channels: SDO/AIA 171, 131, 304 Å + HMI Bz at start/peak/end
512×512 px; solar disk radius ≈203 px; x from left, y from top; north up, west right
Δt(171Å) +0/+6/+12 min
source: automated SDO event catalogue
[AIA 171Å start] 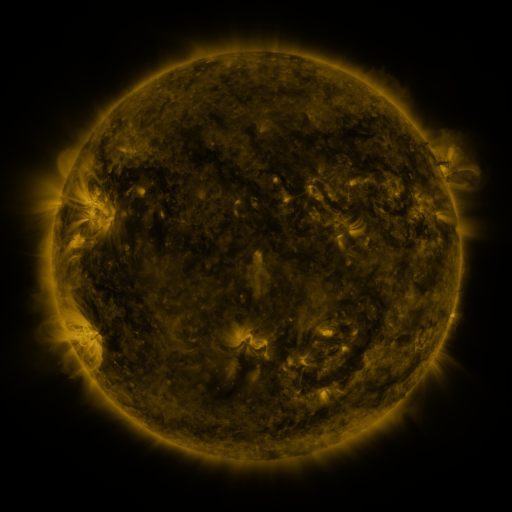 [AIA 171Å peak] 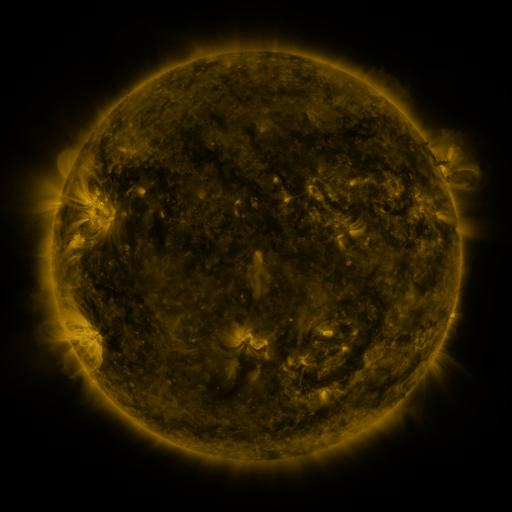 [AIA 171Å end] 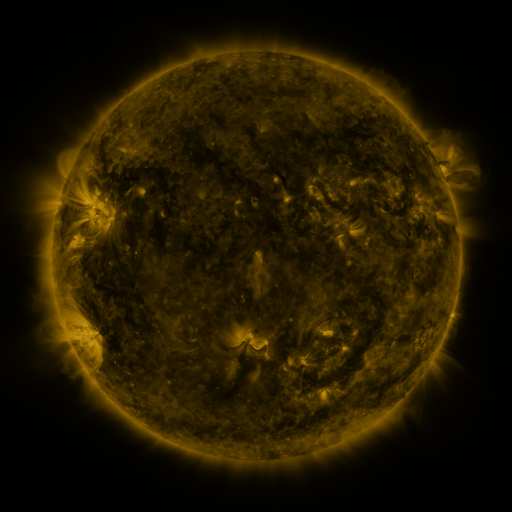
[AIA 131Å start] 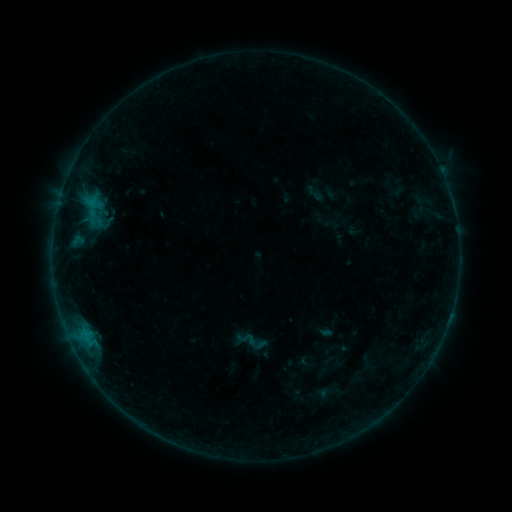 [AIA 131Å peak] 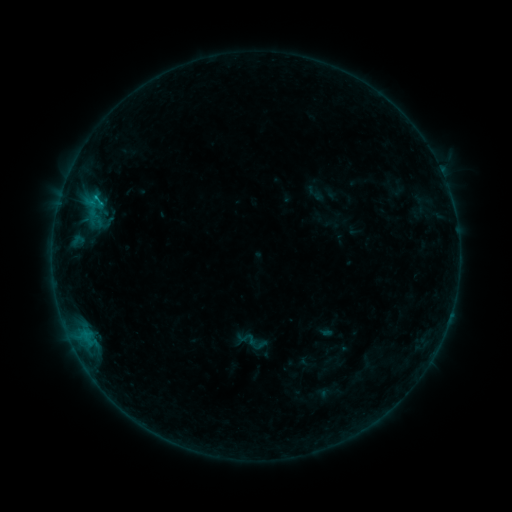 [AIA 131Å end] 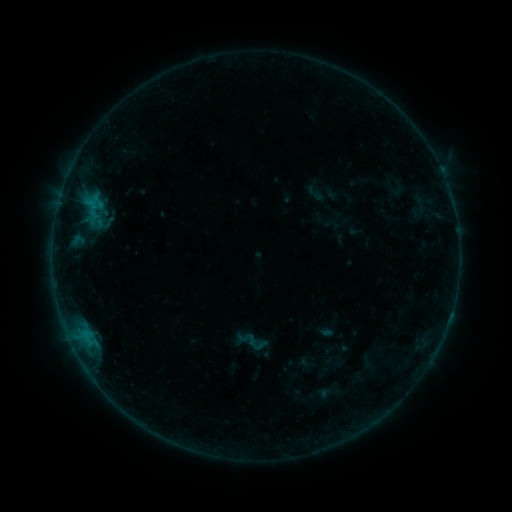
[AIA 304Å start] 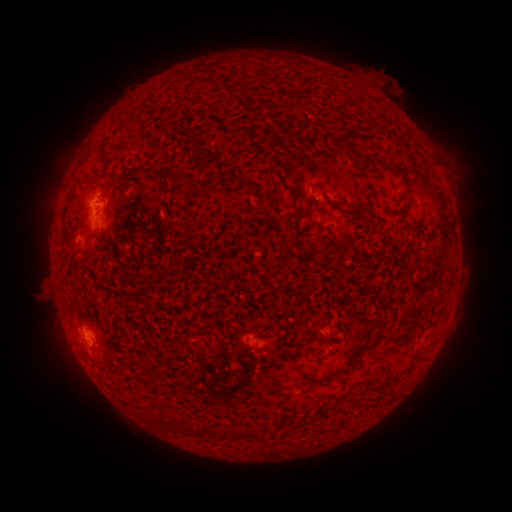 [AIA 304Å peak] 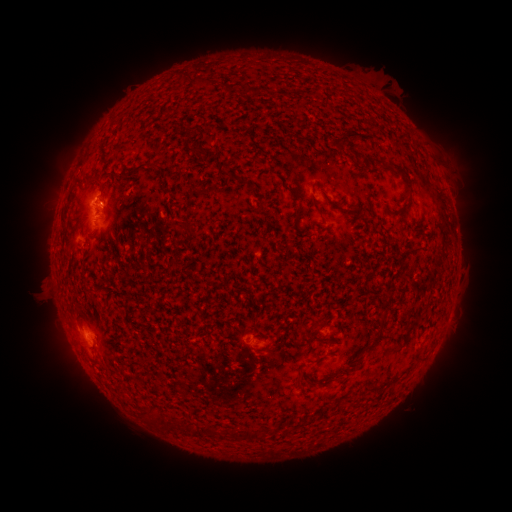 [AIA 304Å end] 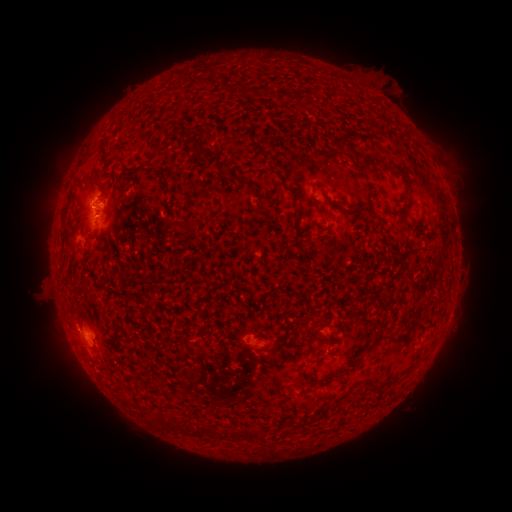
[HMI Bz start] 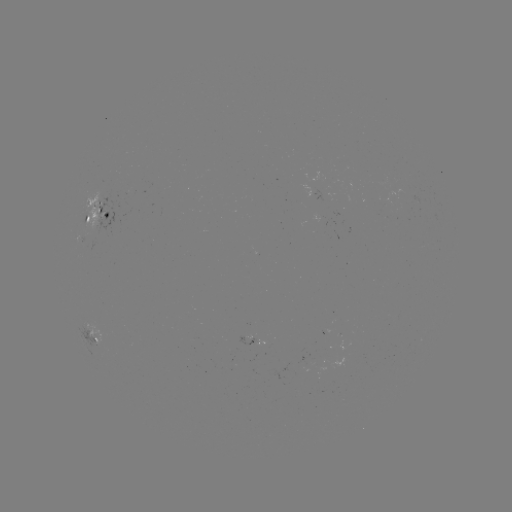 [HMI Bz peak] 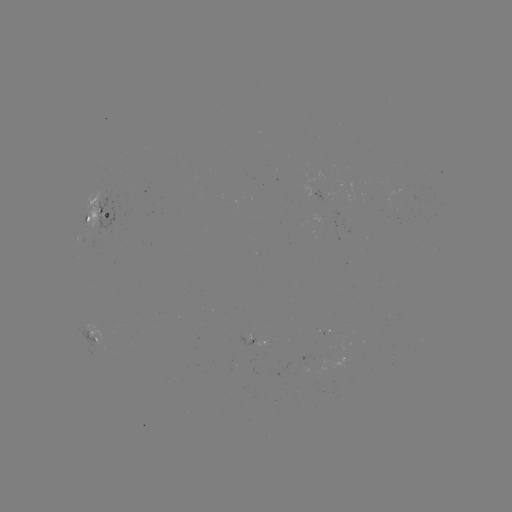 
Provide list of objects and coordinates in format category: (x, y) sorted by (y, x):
B5.8 flare: (101, 207)
